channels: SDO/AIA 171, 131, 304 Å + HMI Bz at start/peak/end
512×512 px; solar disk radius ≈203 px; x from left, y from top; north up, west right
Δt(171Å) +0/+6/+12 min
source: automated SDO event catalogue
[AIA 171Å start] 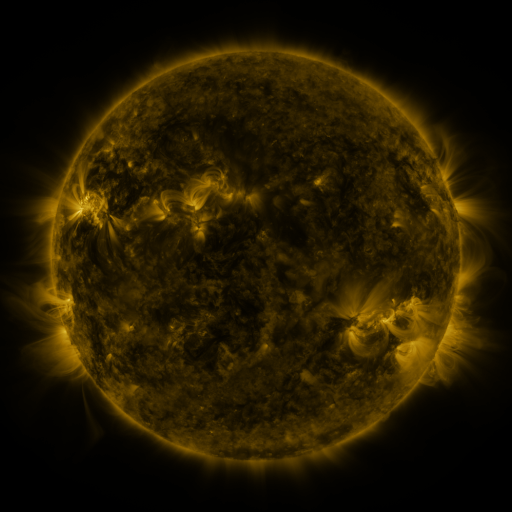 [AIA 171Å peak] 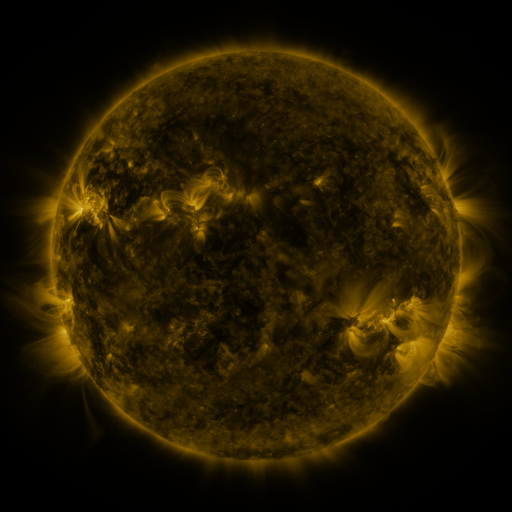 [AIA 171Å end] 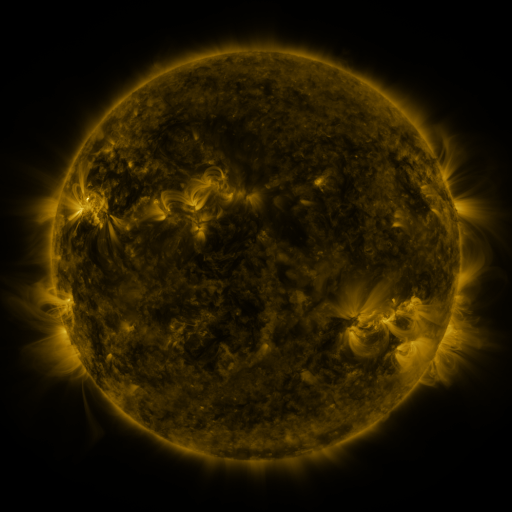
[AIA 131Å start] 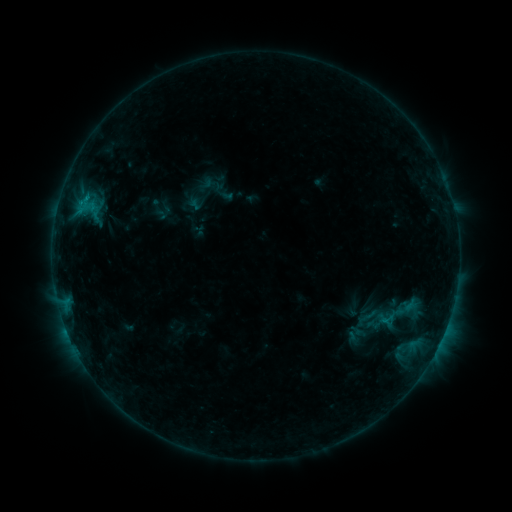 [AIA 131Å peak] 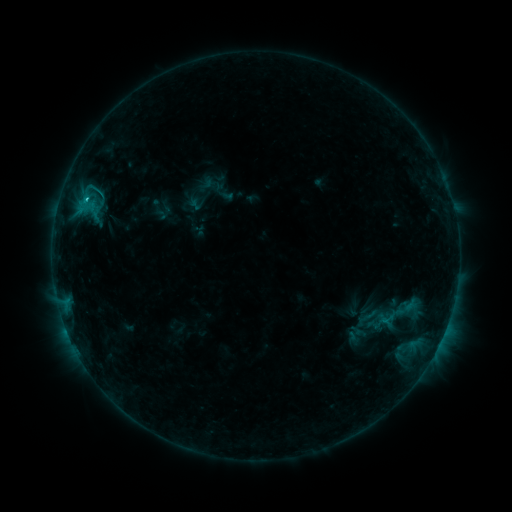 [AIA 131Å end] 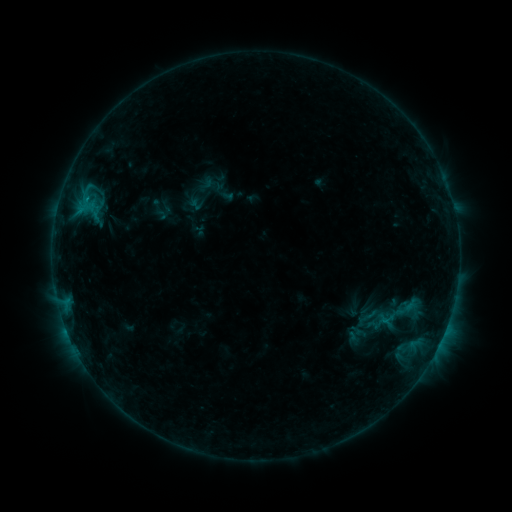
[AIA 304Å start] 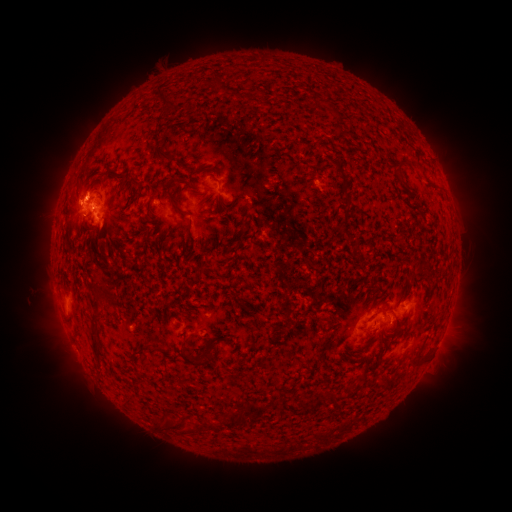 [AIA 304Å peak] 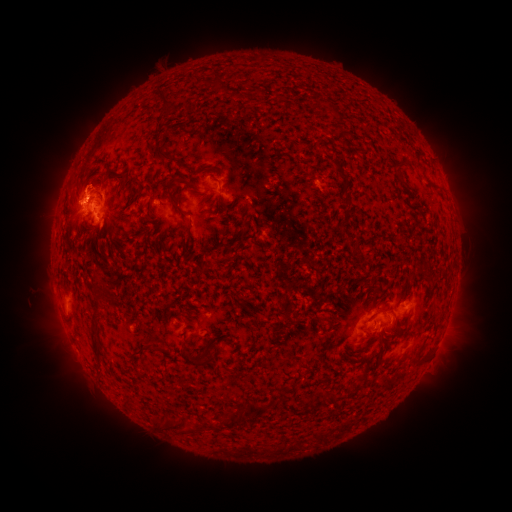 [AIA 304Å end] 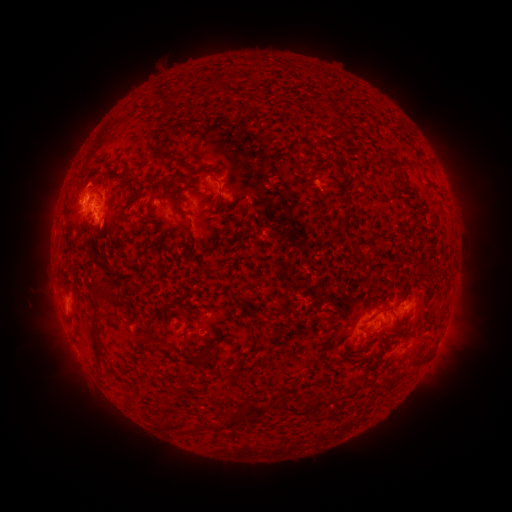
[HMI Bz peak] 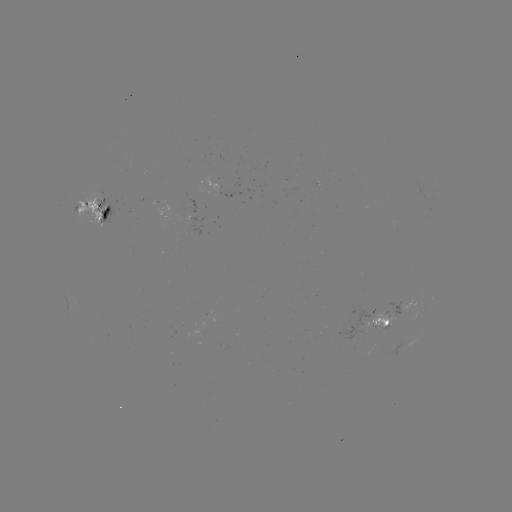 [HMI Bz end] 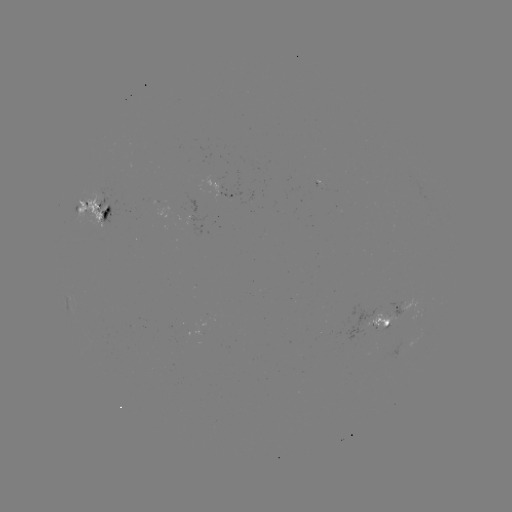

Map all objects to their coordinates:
C1.1 flare: (88, 200)
